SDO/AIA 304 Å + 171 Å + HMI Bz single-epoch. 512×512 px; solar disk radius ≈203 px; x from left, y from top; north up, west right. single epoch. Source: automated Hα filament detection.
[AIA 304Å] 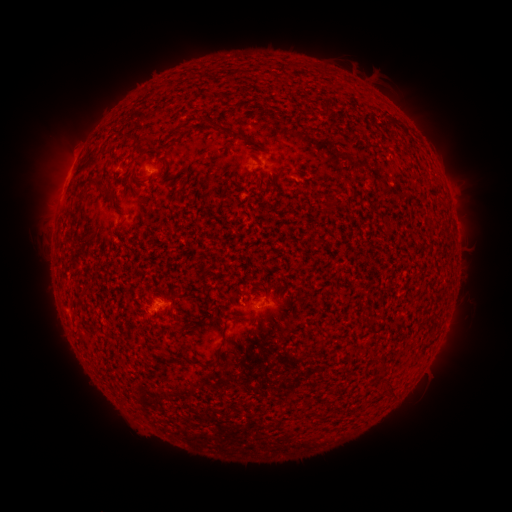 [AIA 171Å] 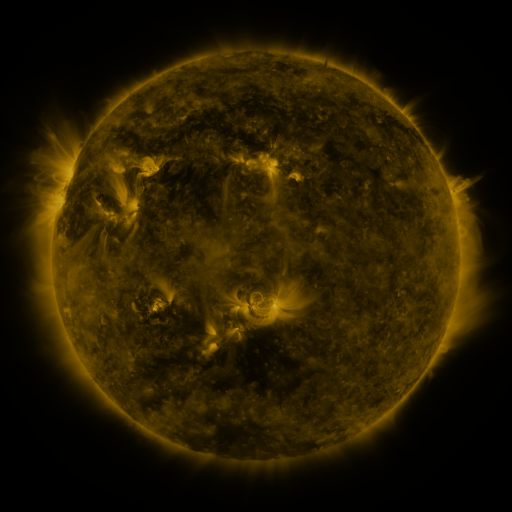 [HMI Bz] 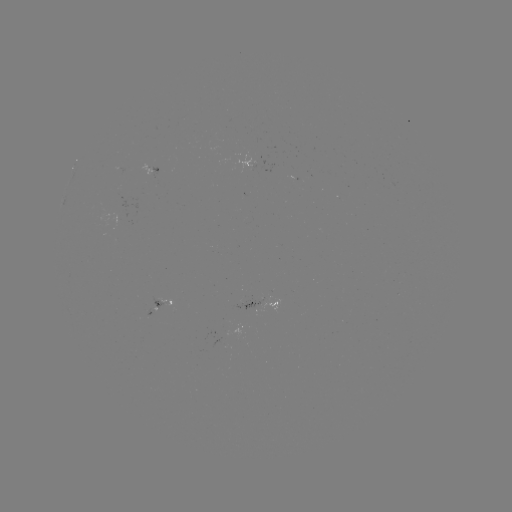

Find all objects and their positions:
filament: (394, 122)
filament: (182, 125)
filament: (125, 135)
filament: (236, 135)
filament: (83, 191)
filament: (106, 191)
filament: (250, 313)
filament: (387, 389)
